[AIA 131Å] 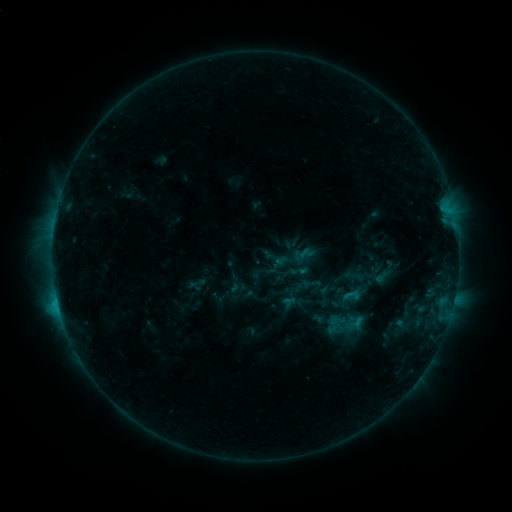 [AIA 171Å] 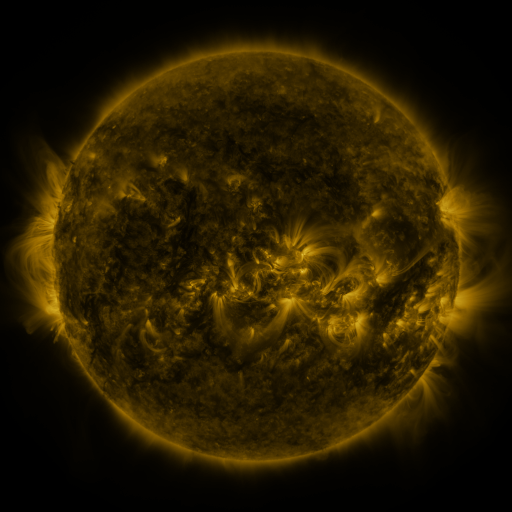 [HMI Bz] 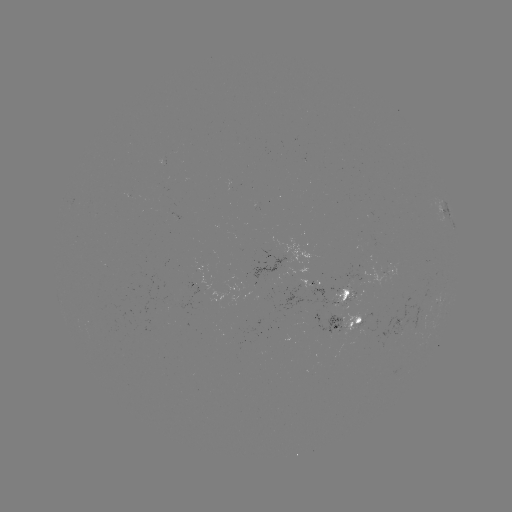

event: sigmoid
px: (278, 276)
